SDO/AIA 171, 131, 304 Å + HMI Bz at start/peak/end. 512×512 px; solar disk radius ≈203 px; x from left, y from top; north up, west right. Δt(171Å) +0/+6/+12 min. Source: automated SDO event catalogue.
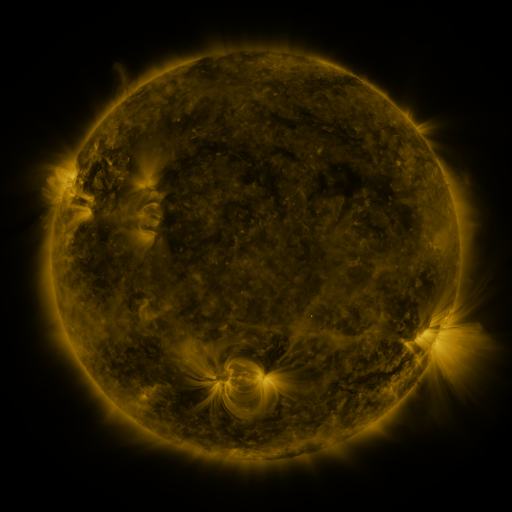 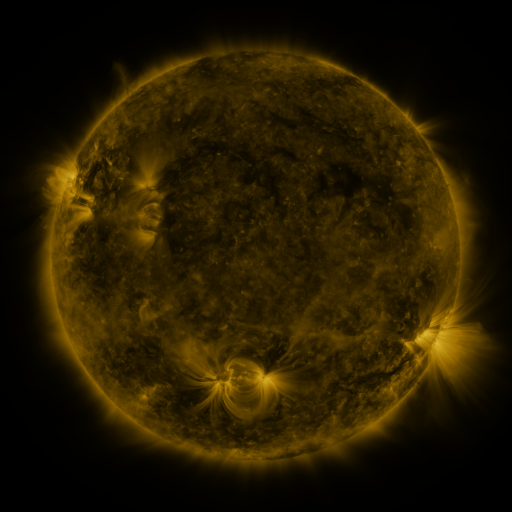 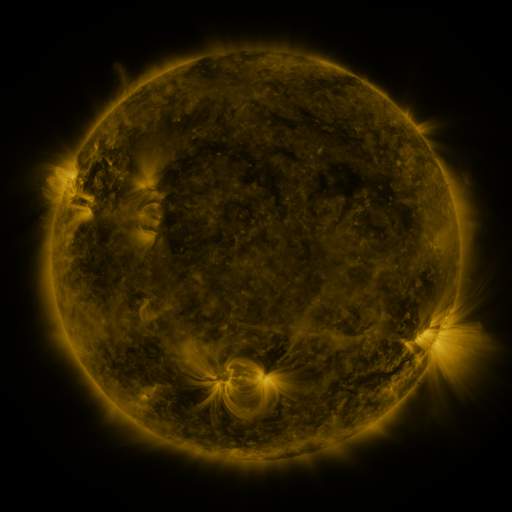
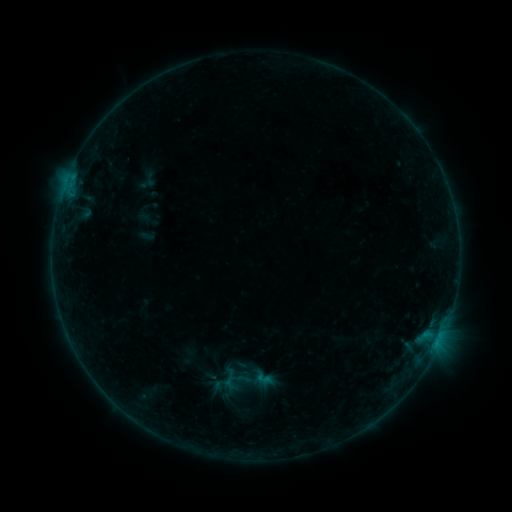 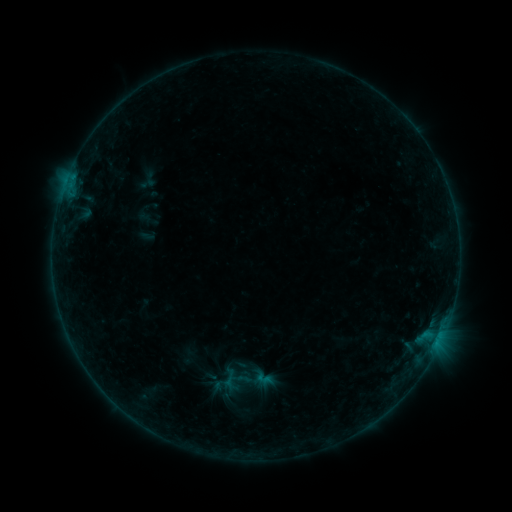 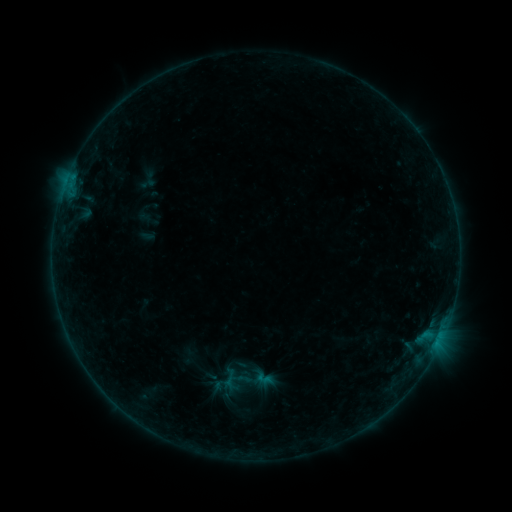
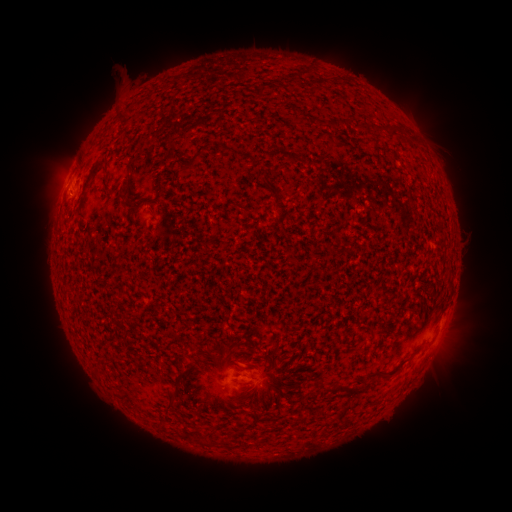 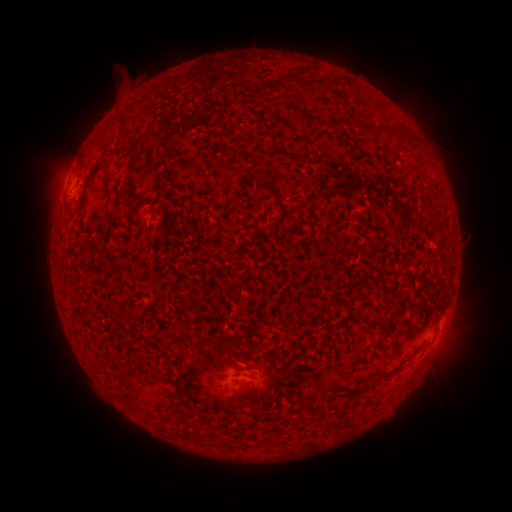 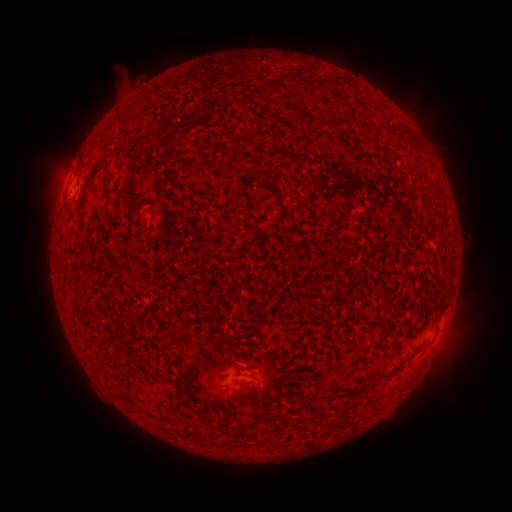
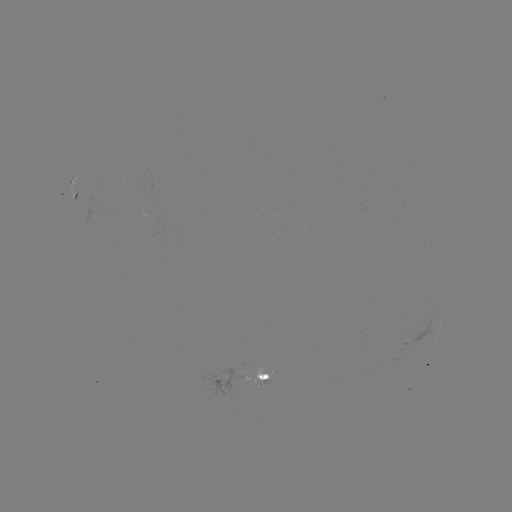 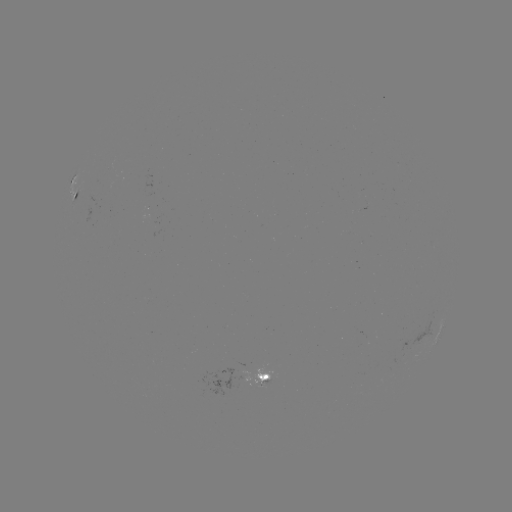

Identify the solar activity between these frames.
no catalogued flare and no flagged EUV brightening in this window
